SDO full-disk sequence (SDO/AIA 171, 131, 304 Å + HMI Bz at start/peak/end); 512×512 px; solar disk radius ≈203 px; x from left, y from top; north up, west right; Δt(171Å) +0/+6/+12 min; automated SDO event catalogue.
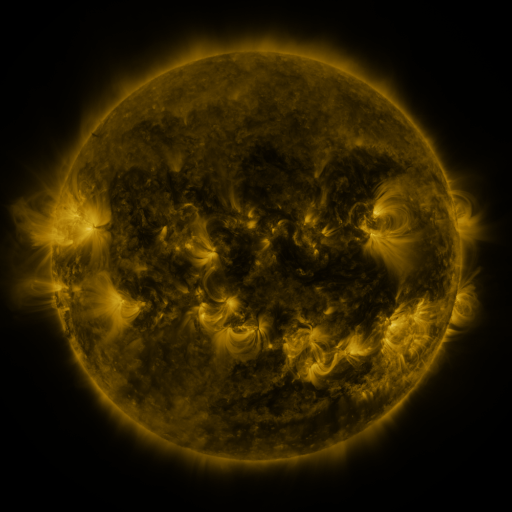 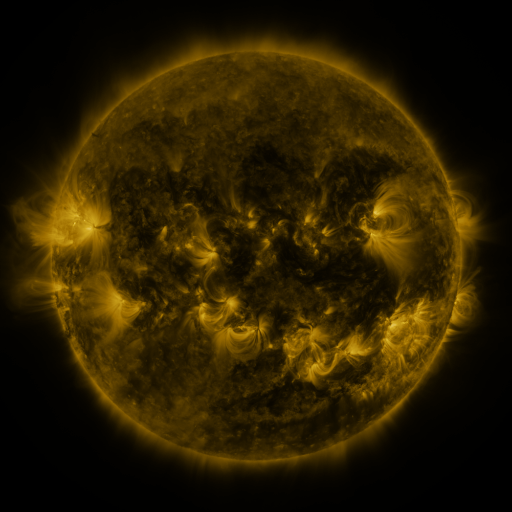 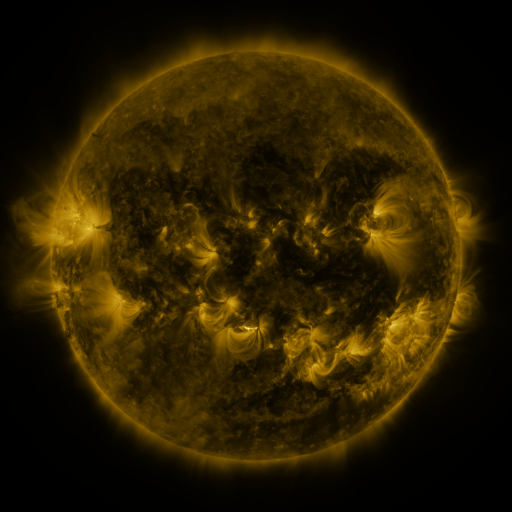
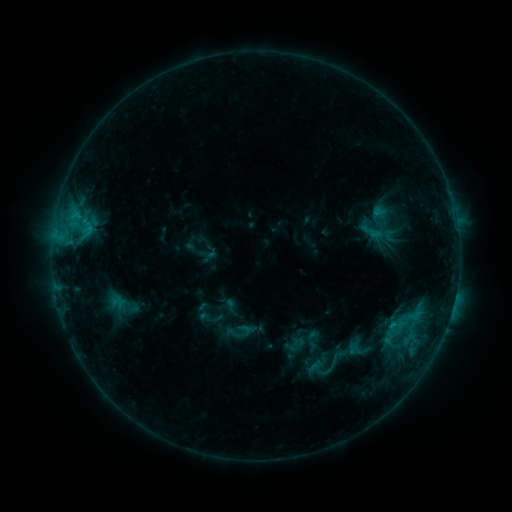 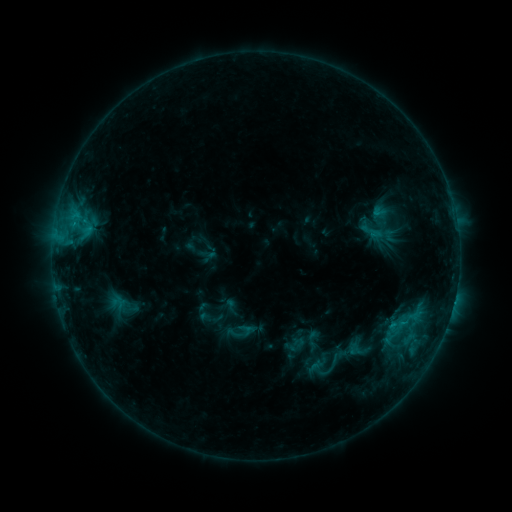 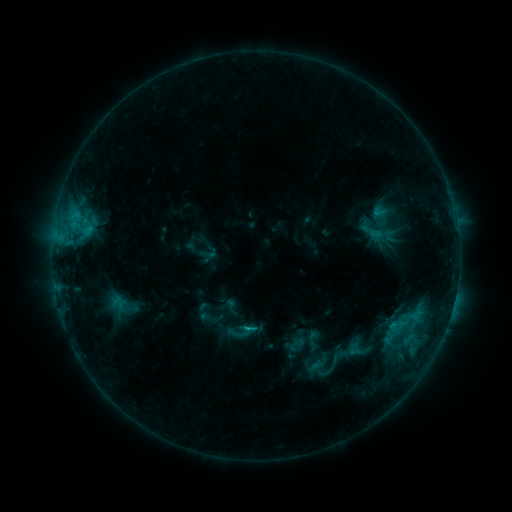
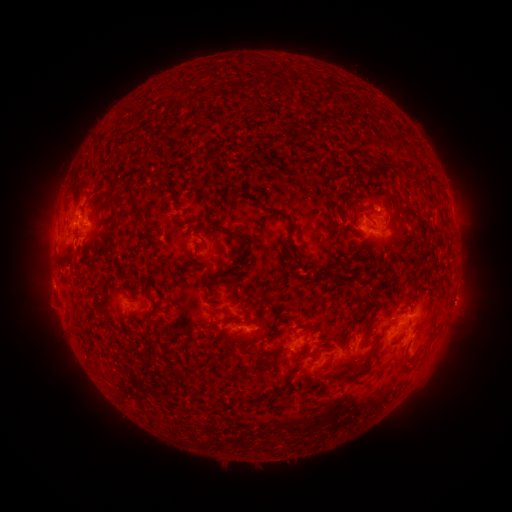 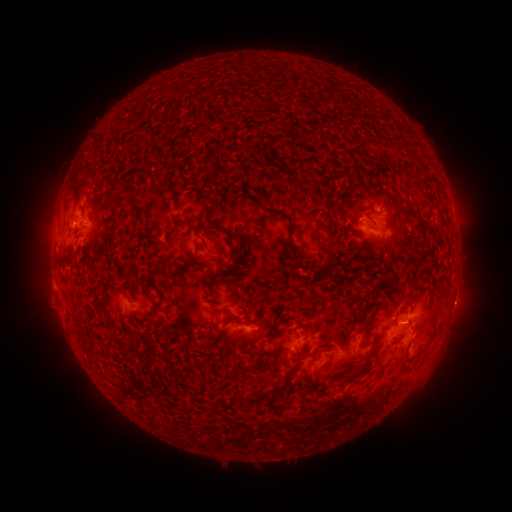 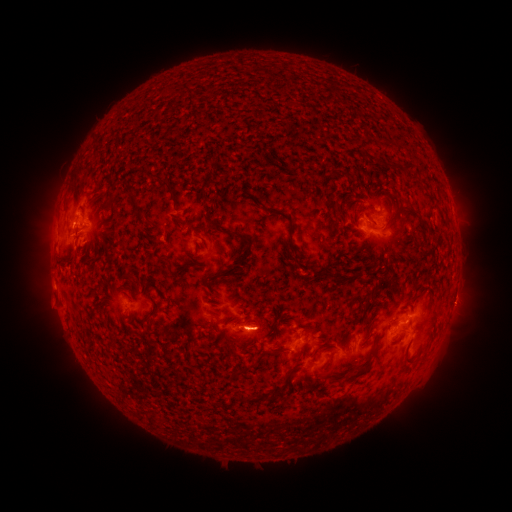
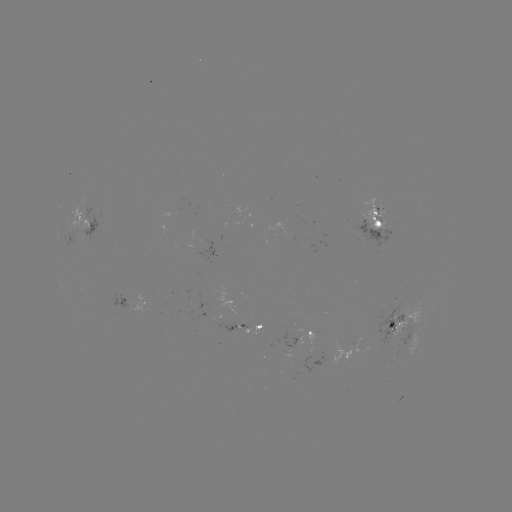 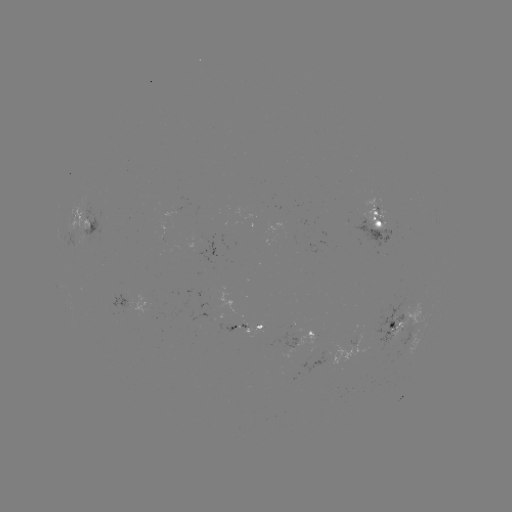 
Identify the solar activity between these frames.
C1.1 flare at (252, 326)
